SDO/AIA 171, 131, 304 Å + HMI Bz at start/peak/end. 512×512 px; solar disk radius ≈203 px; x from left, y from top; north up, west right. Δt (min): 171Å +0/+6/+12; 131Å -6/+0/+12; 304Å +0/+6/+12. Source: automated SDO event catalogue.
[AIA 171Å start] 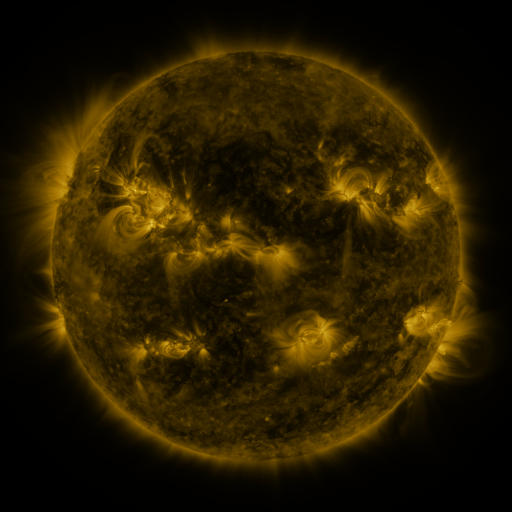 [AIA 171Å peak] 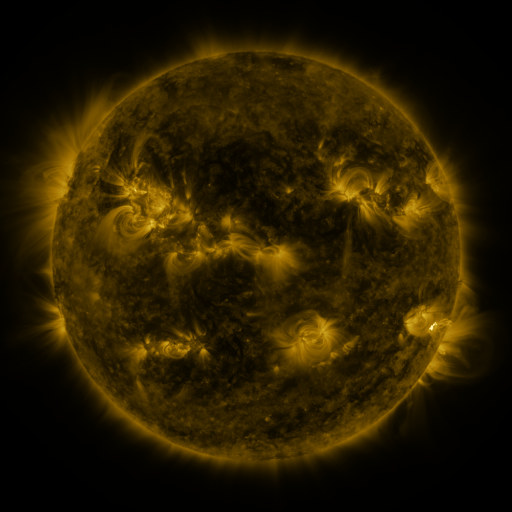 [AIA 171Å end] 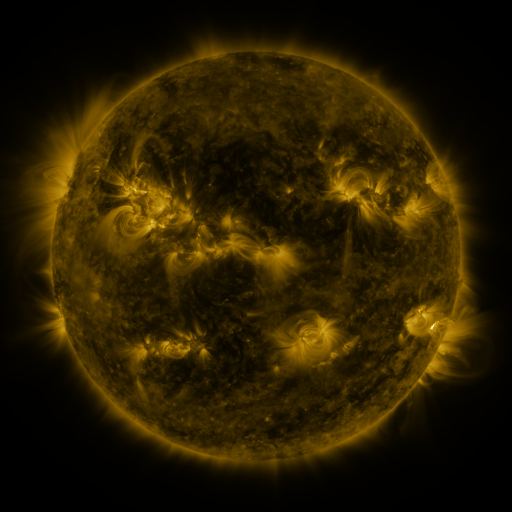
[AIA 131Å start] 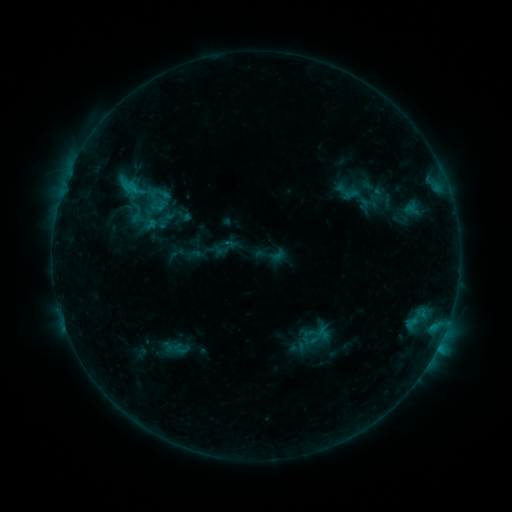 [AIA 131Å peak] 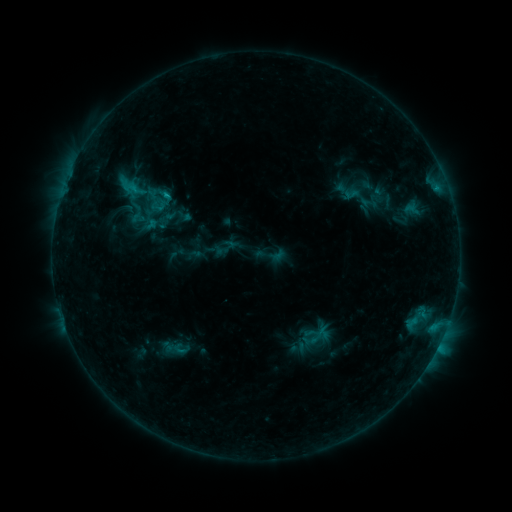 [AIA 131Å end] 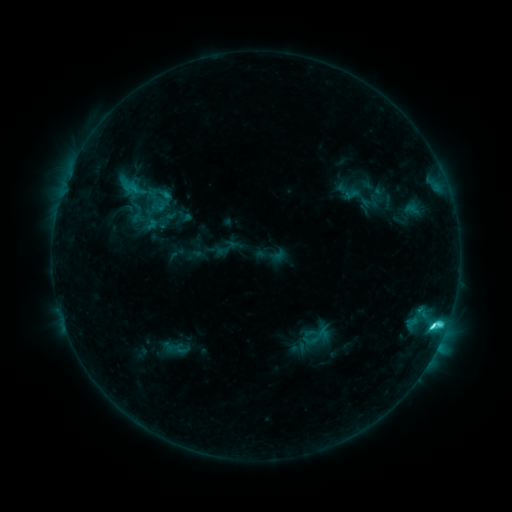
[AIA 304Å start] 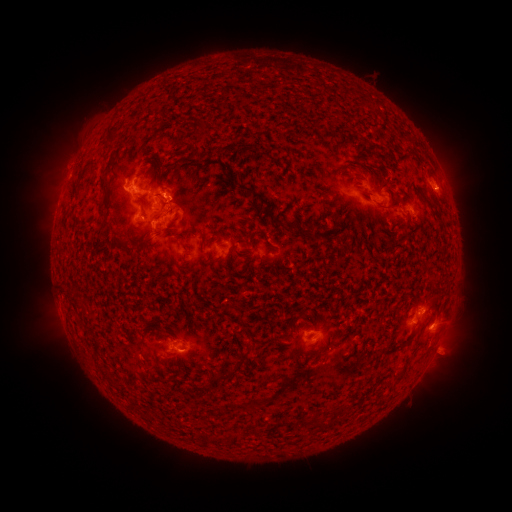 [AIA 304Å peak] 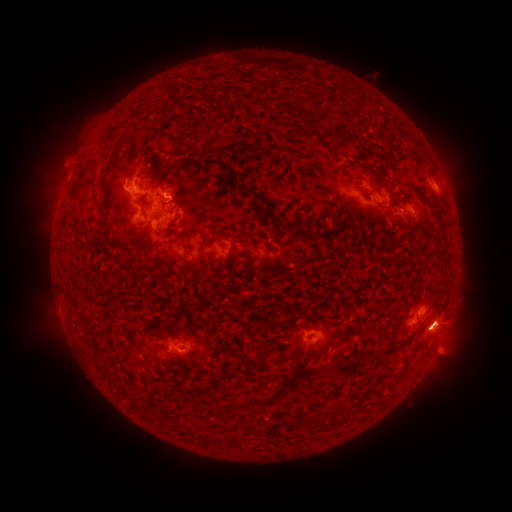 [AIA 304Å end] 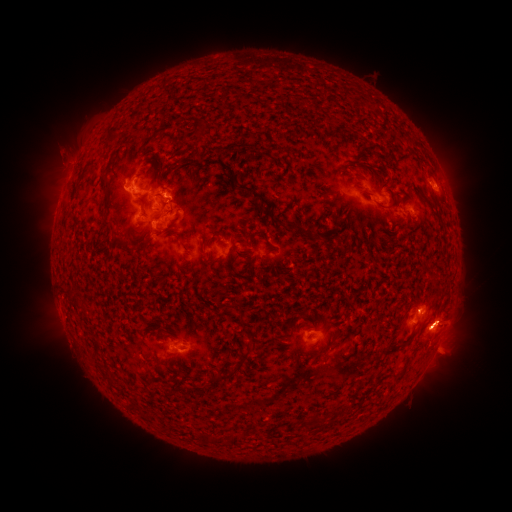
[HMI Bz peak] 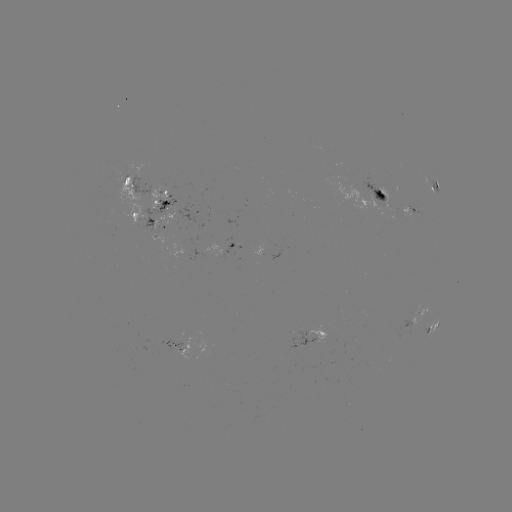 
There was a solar eruption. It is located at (443, 327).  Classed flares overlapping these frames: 1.